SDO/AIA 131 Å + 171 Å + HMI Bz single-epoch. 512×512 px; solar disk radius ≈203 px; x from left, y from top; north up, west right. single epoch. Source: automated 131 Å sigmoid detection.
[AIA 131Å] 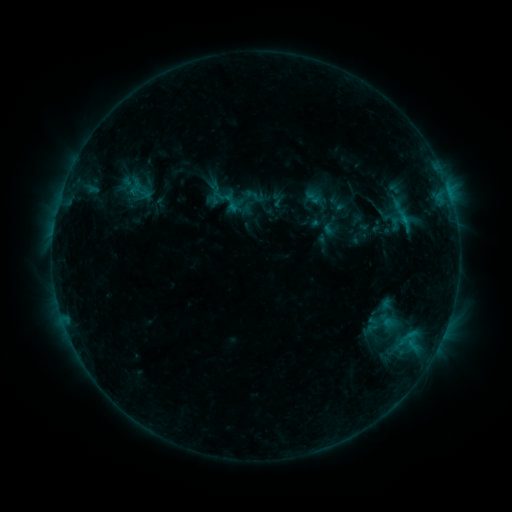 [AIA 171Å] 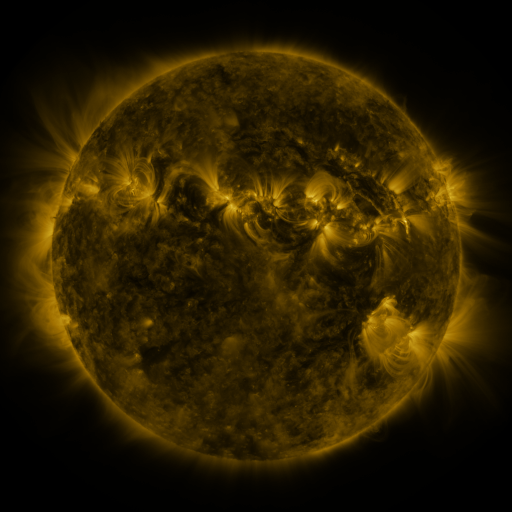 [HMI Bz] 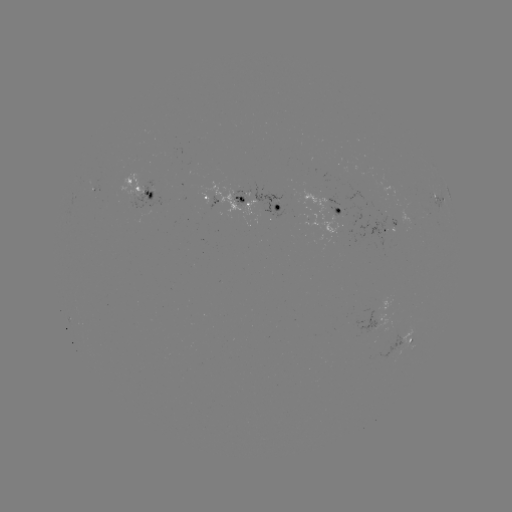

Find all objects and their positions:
sigmoid: (253, 196)
